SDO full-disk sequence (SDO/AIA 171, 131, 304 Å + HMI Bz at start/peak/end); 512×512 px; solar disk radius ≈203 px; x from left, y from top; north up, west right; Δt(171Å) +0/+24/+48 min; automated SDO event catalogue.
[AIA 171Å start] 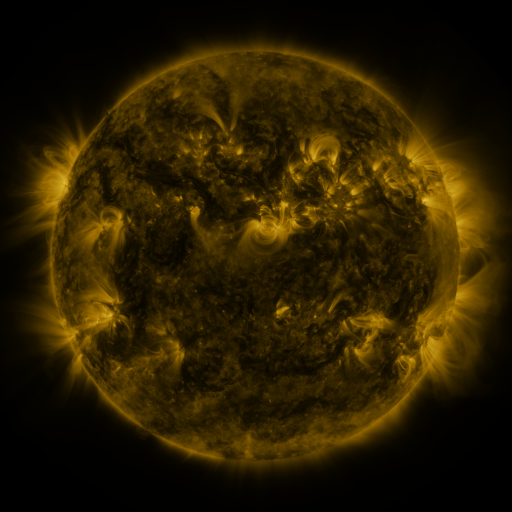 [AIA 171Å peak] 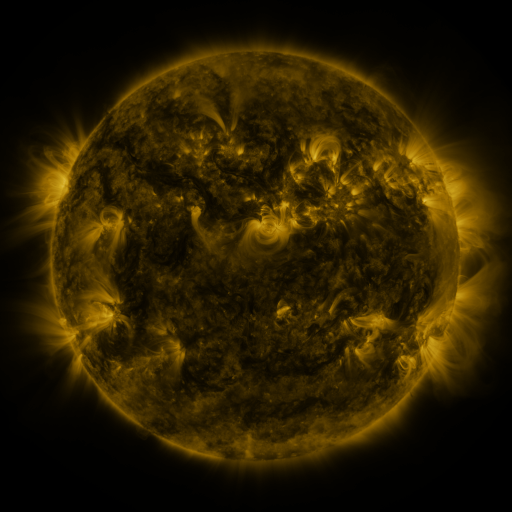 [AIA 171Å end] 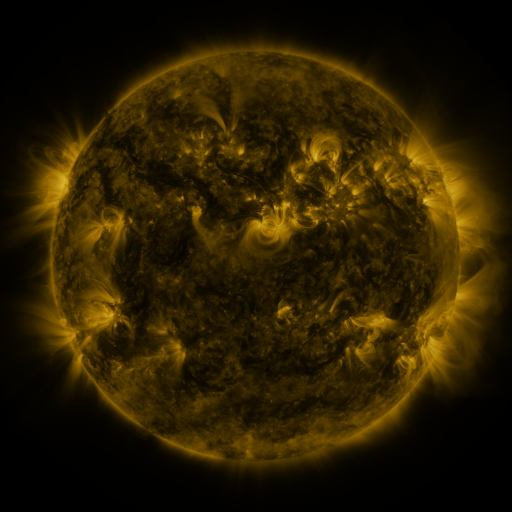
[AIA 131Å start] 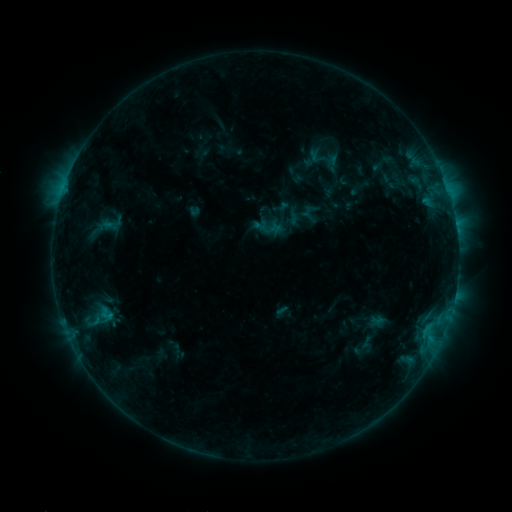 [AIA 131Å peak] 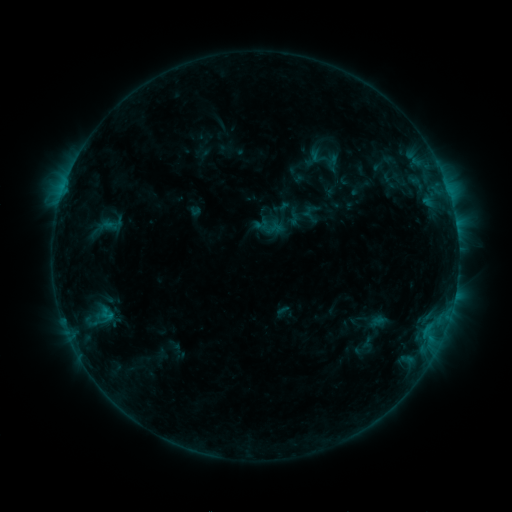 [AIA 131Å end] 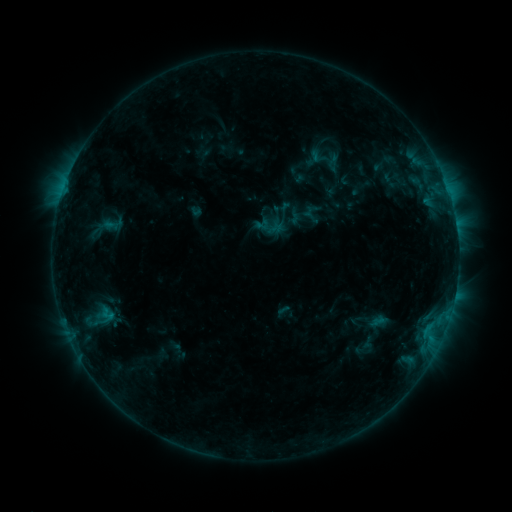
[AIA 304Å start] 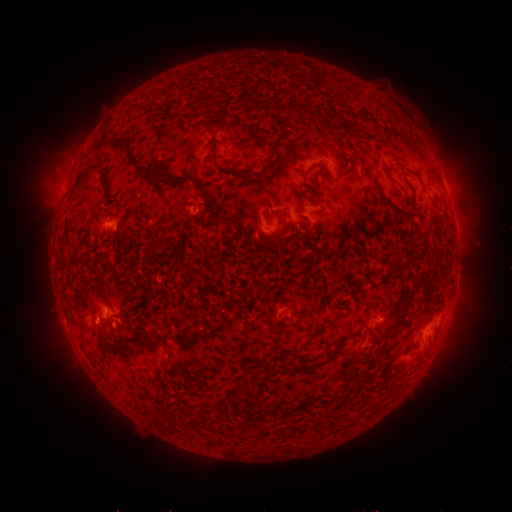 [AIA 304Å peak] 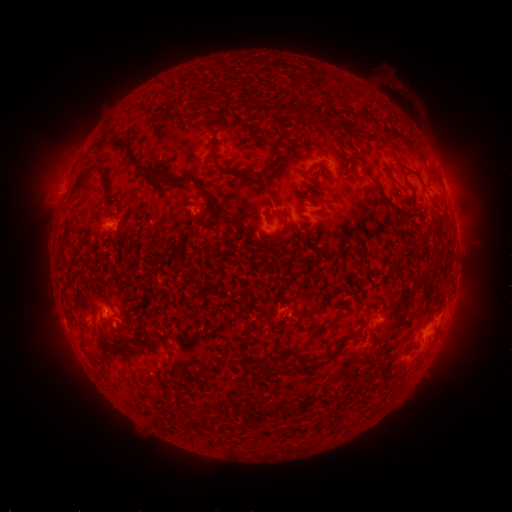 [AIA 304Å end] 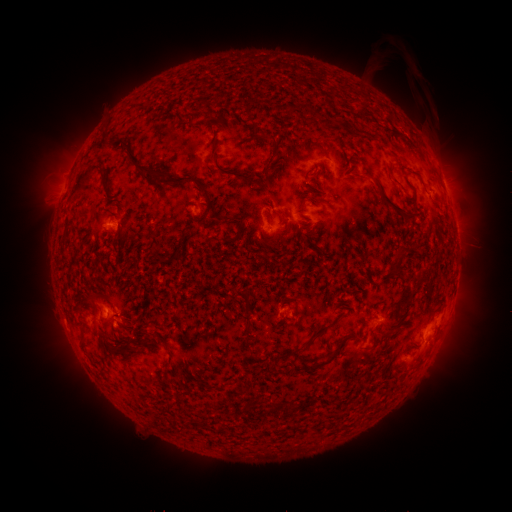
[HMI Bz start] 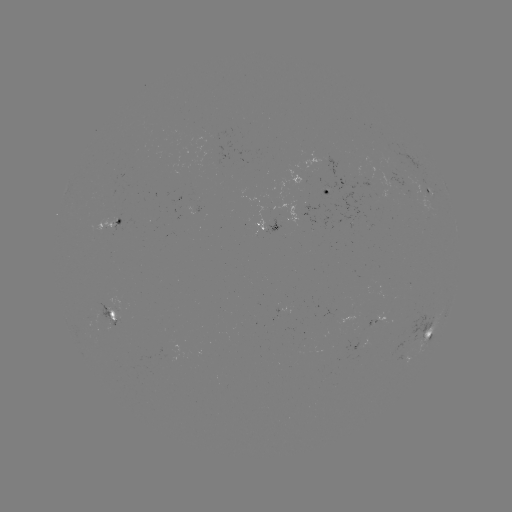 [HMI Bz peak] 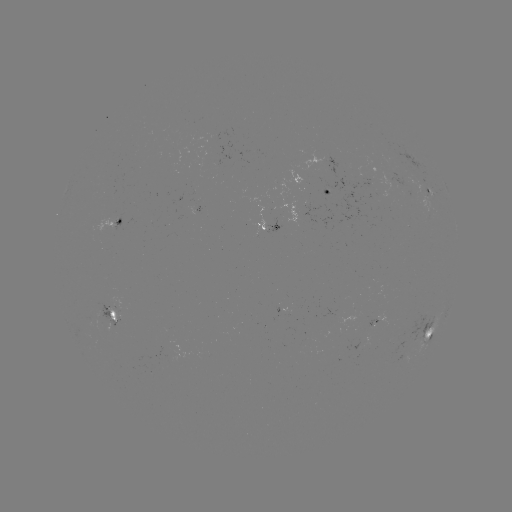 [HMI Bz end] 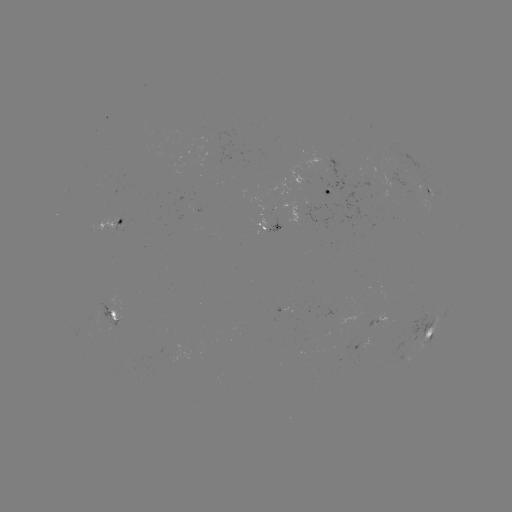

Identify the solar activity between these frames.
eruption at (396, 86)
